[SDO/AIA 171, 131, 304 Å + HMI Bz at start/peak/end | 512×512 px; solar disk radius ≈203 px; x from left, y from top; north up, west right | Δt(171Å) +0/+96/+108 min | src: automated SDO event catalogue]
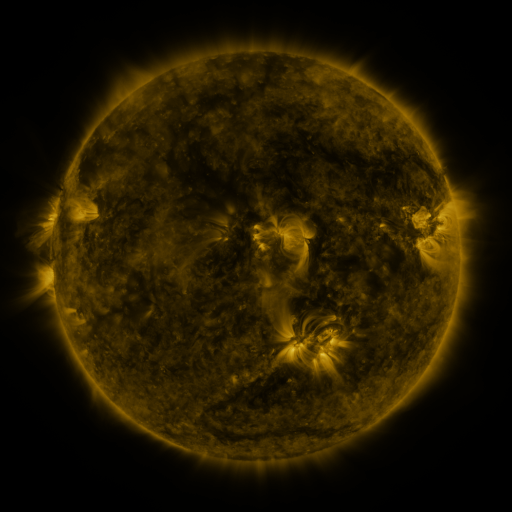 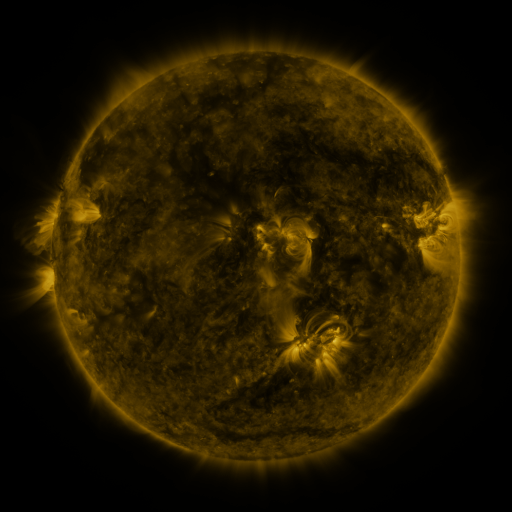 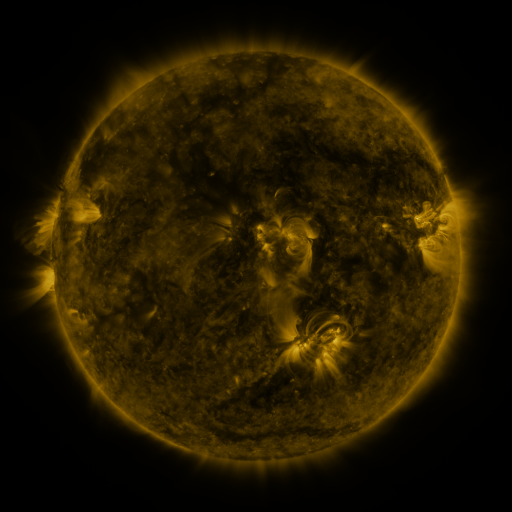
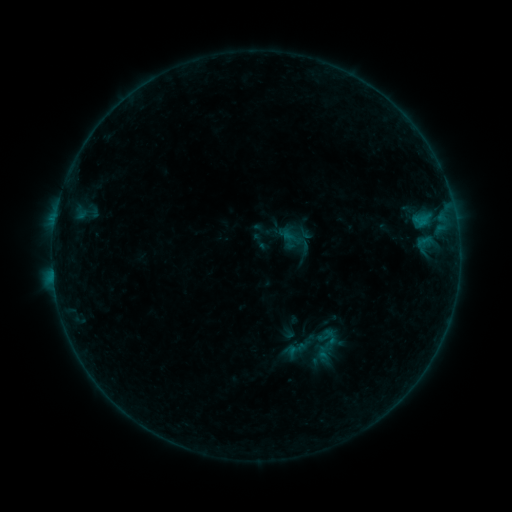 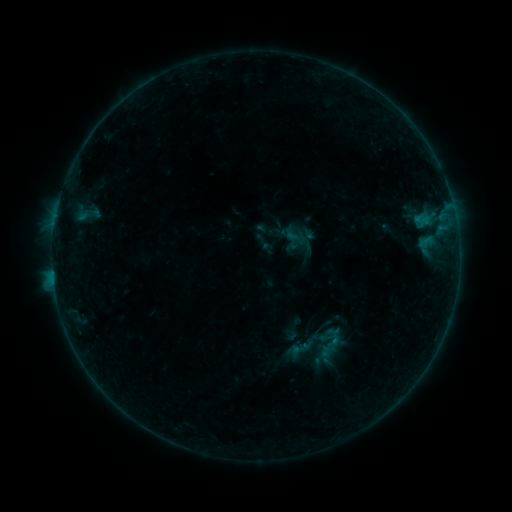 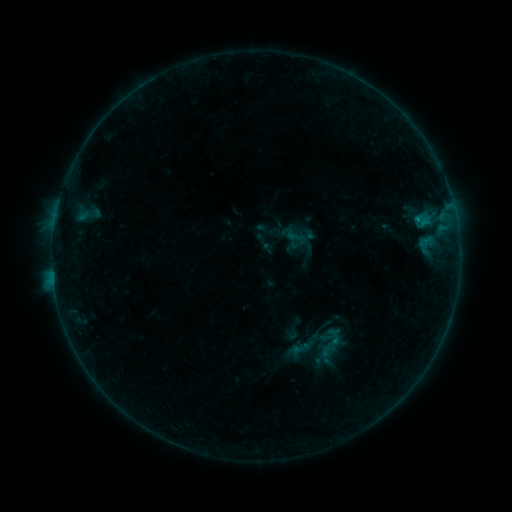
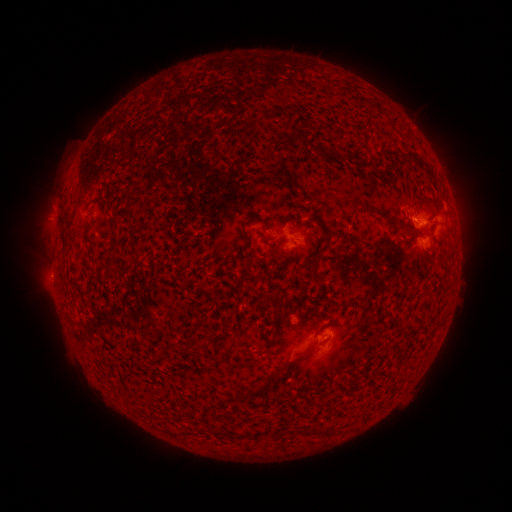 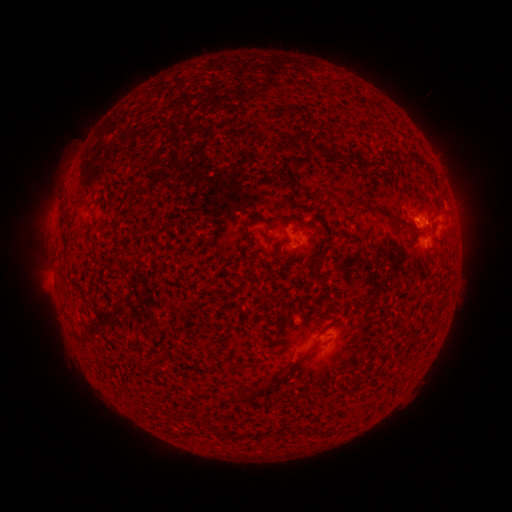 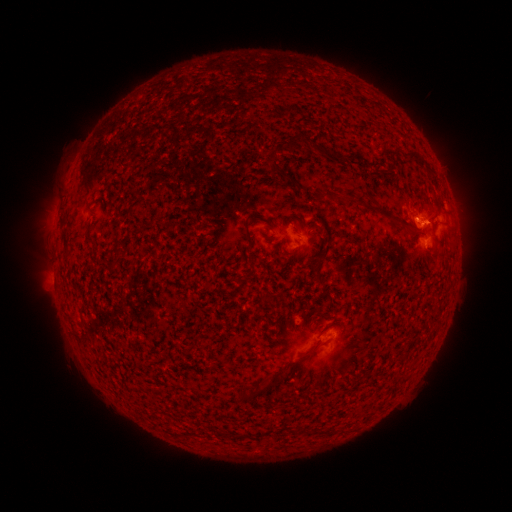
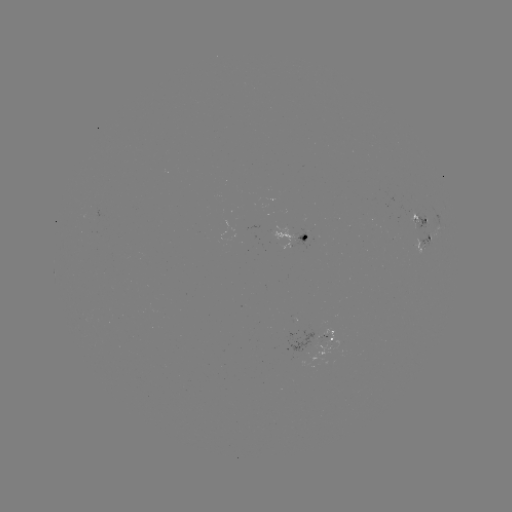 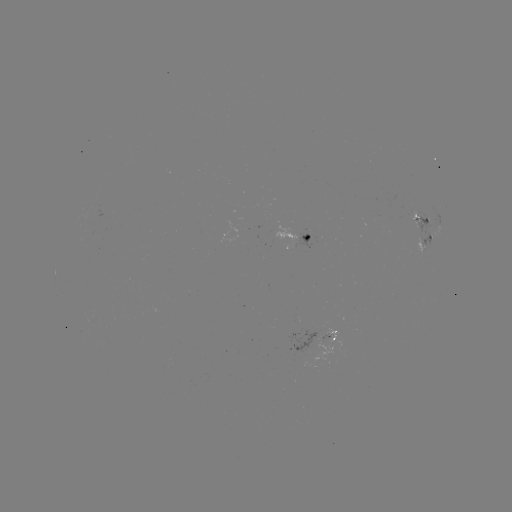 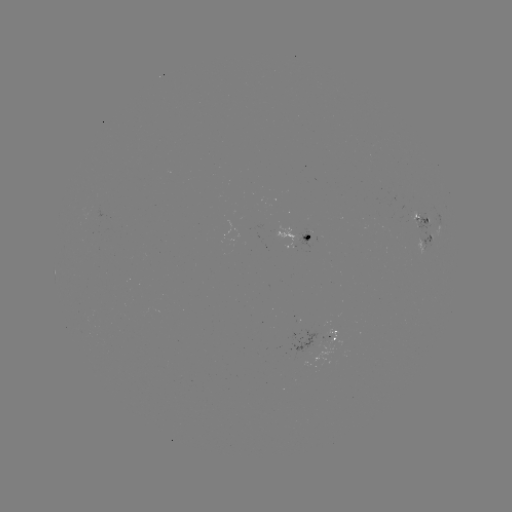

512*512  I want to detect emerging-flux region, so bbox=[407, 212, 423, 228].